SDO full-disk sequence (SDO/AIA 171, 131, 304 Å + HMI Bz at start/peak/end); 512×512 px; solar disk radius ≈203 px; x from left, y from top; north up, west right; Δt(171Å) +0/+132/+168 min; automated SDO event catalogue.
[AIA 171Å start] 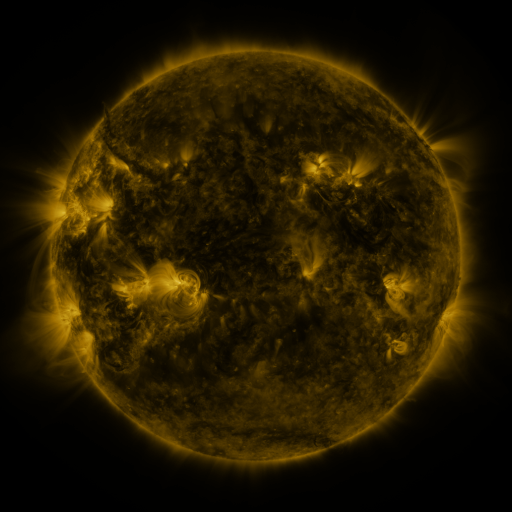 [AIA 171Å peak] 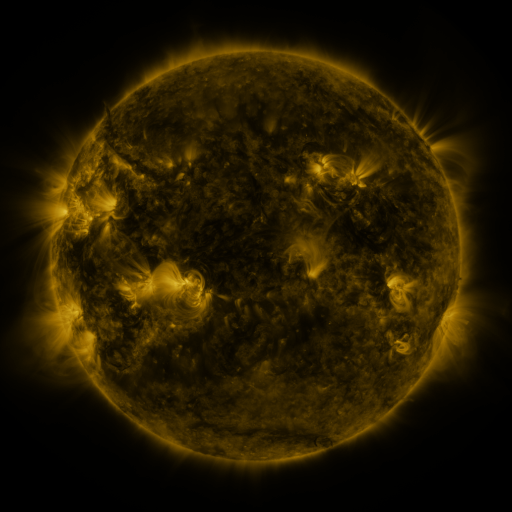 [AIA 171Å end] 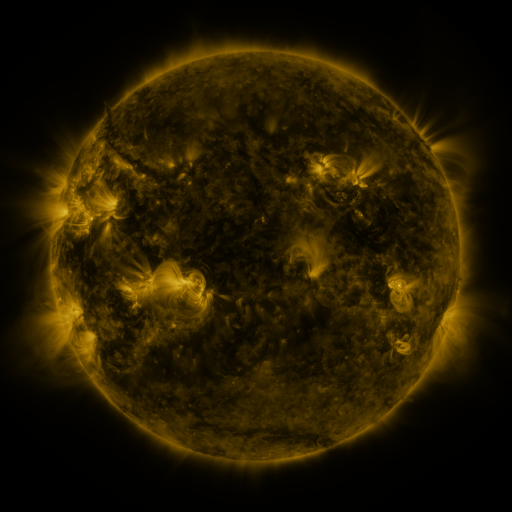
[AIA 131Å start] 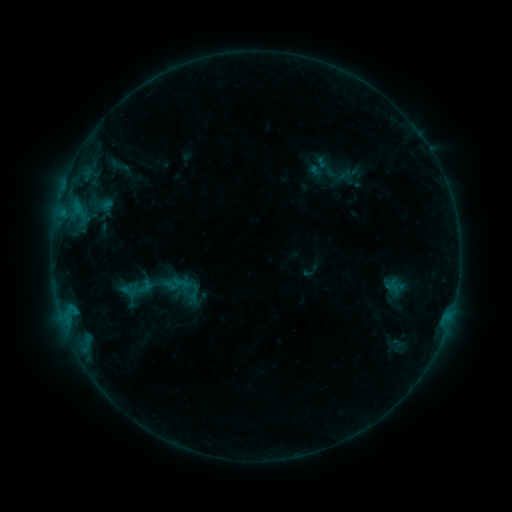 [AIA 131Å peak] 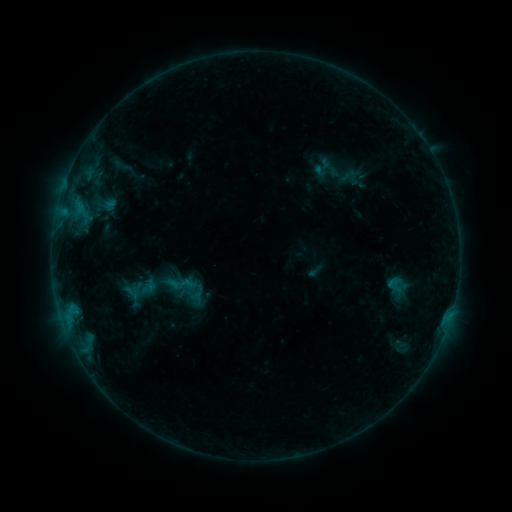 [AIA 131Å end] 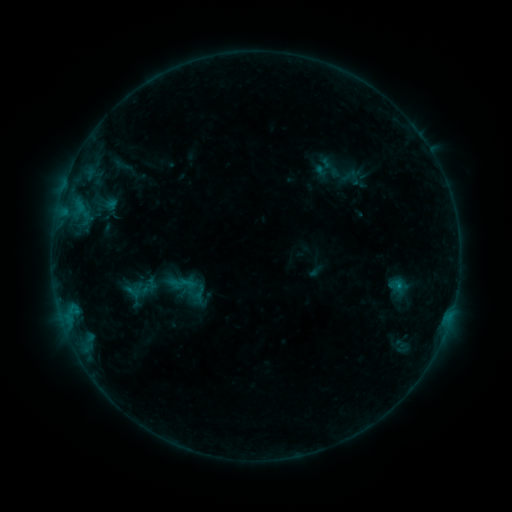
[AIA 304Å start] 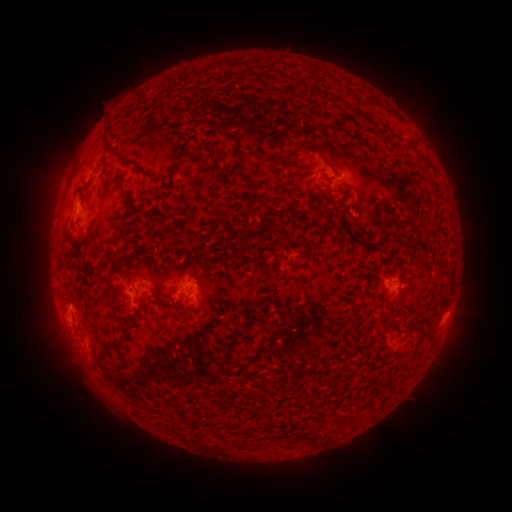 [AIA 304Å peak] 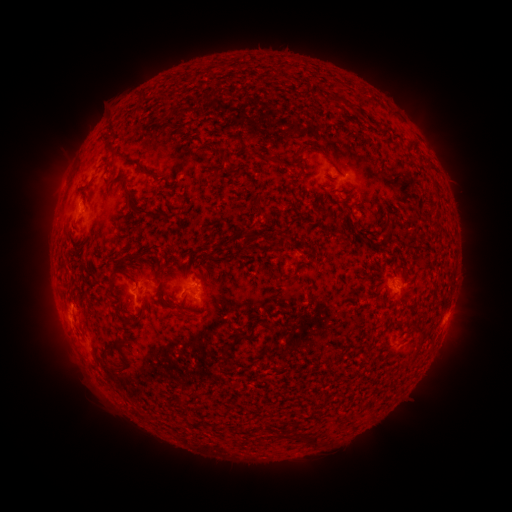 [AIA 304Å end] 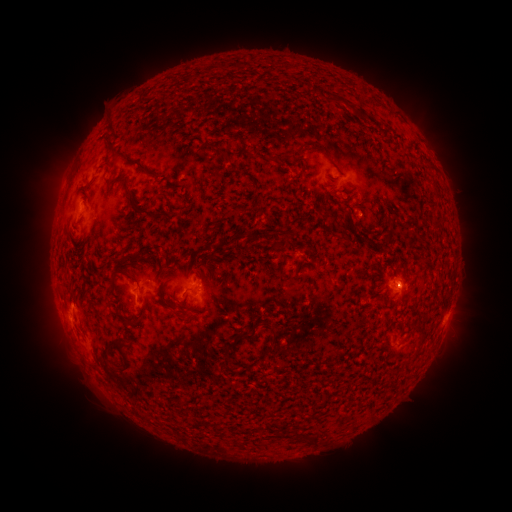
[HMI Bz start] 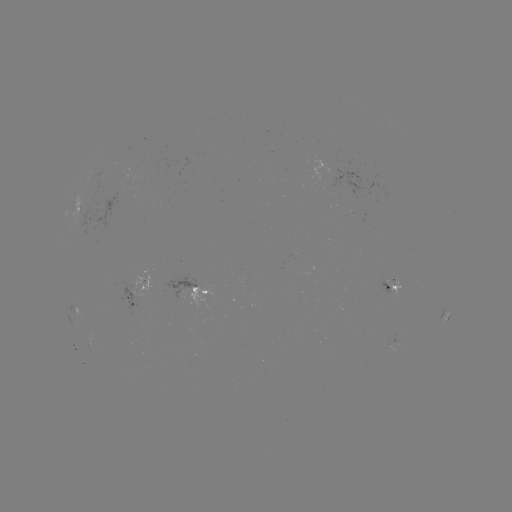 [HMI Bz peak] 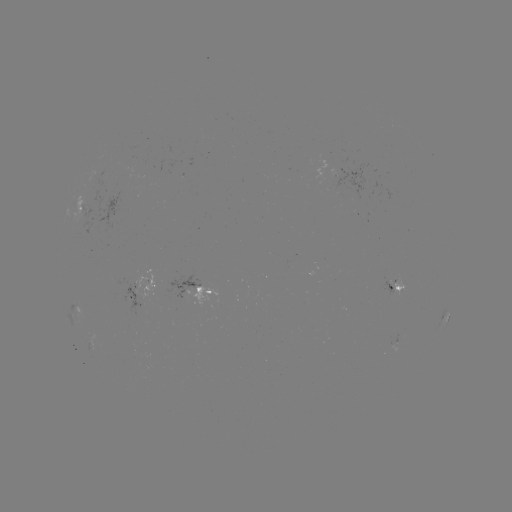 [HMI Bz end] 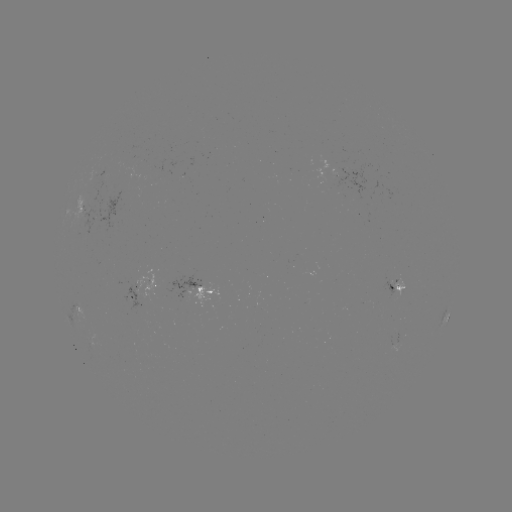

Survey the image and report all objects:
emerging-flux region: (391, 283)
